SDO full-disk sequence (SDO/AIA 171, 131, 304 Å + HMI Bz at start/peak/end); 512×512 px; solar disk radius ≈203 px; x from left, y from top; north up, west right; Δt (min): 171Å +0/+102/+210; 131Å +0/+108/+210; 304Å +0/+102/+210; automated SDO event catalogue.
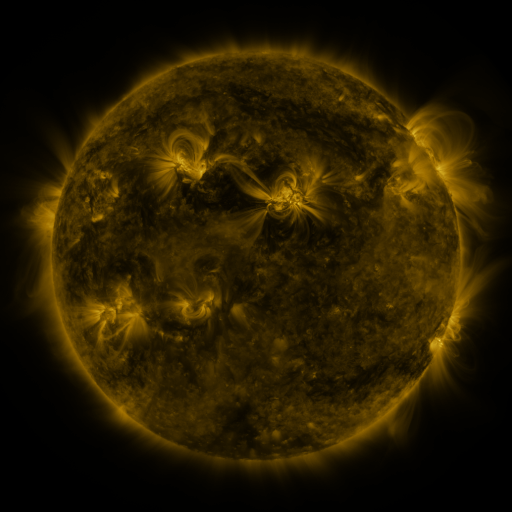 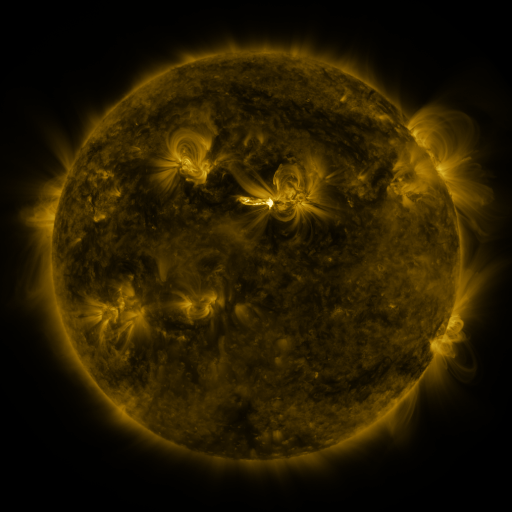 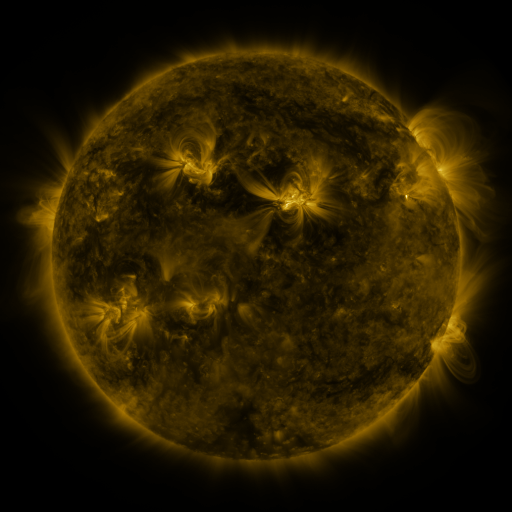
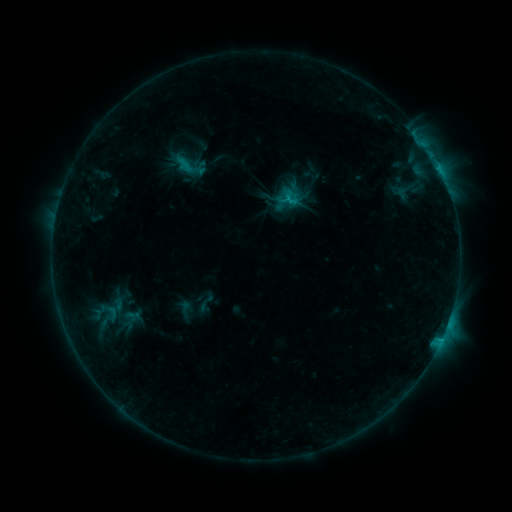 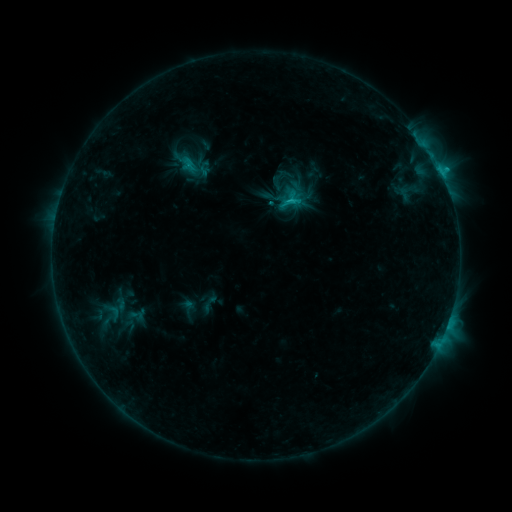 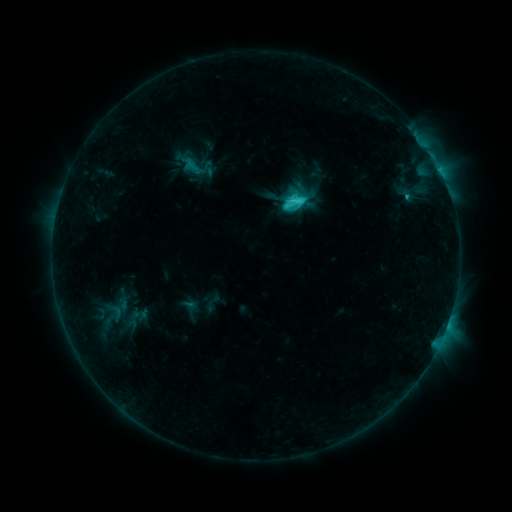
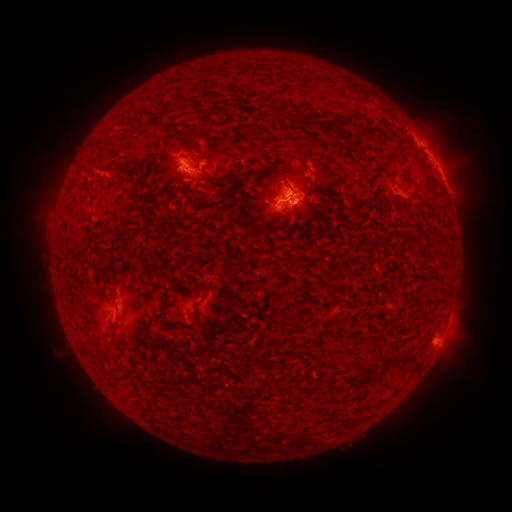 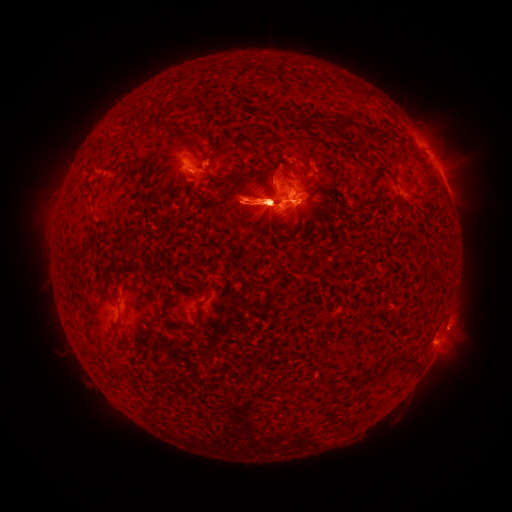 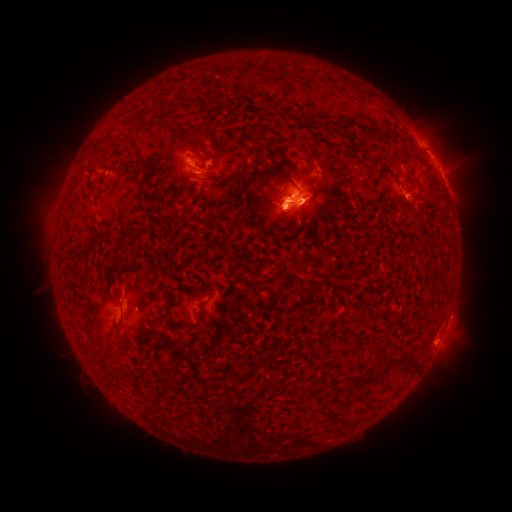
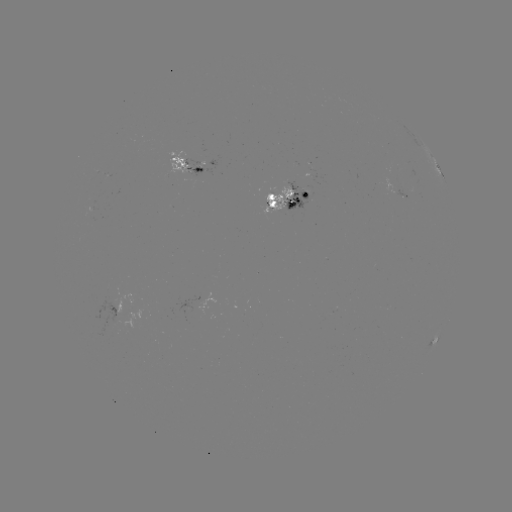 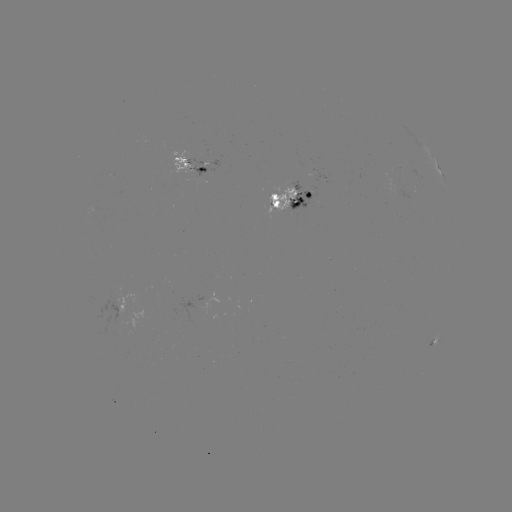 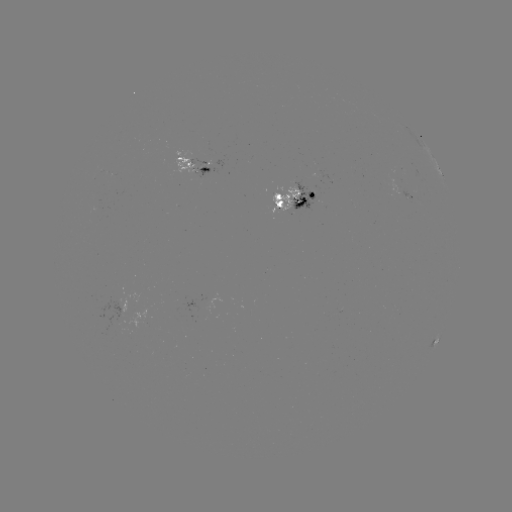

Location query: filament eruption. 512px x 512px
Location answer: [293, 201].